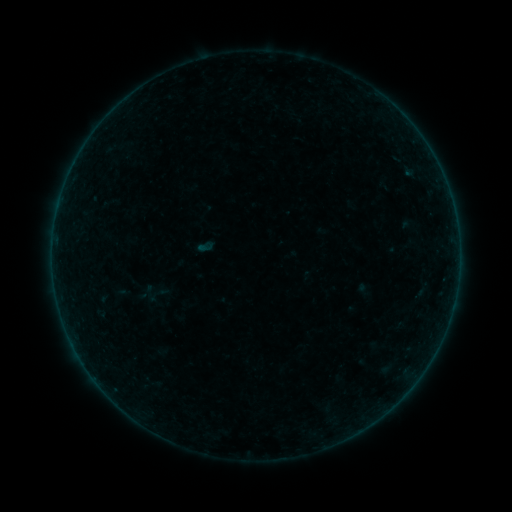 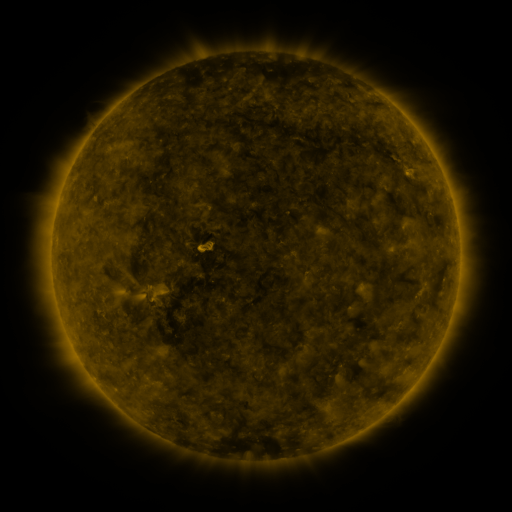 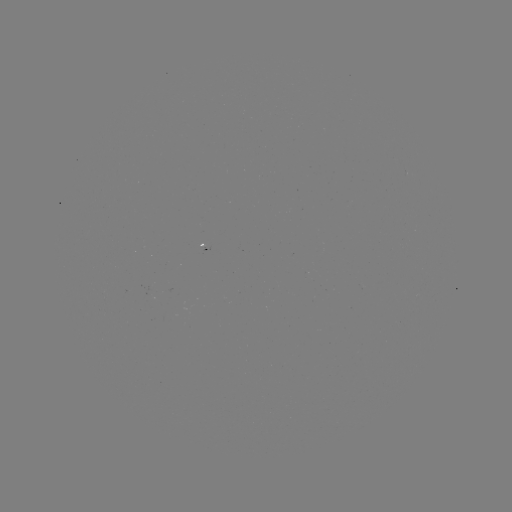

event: sigmoid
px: (150, 294)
